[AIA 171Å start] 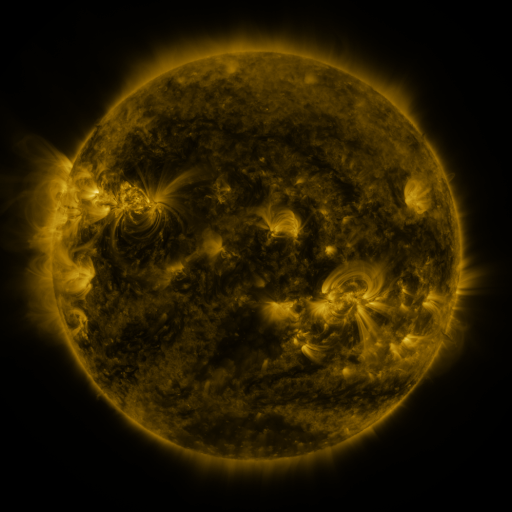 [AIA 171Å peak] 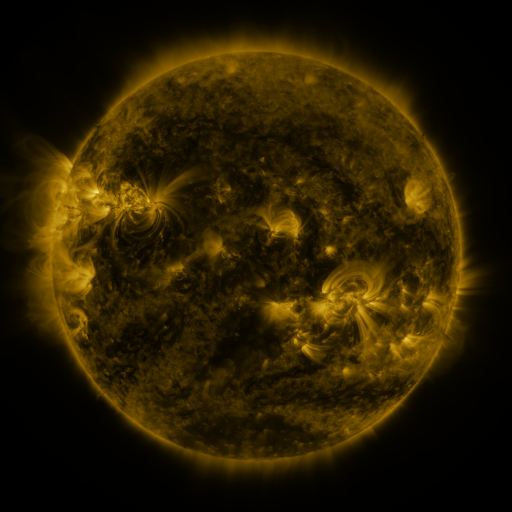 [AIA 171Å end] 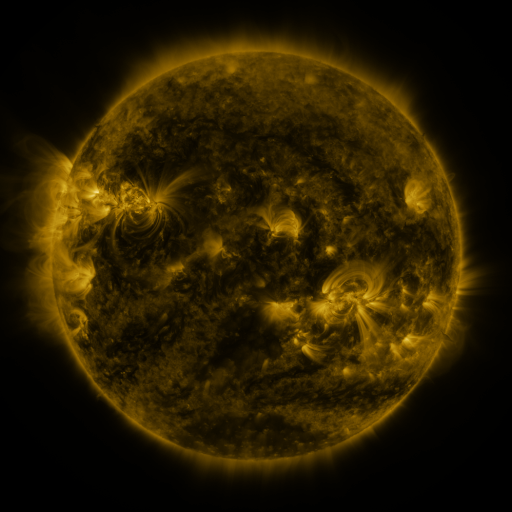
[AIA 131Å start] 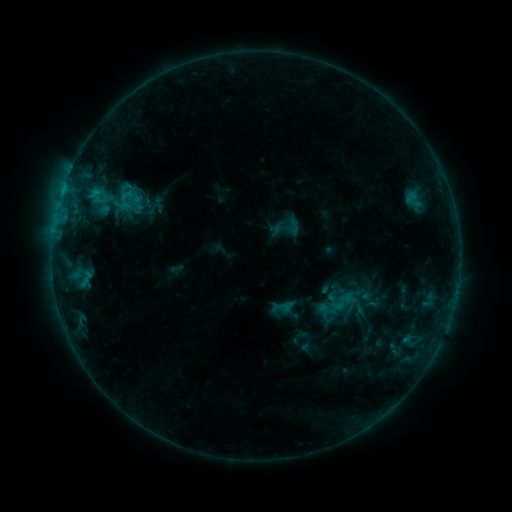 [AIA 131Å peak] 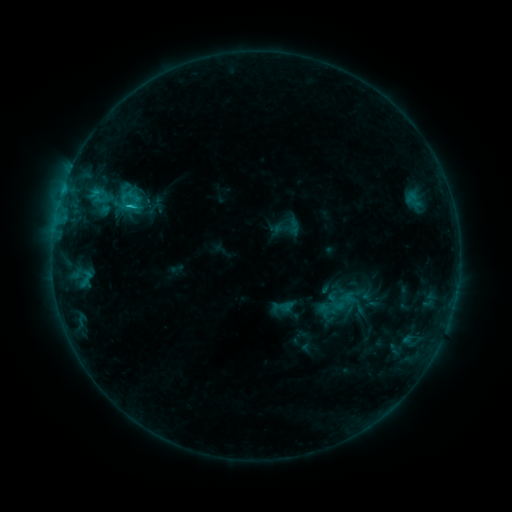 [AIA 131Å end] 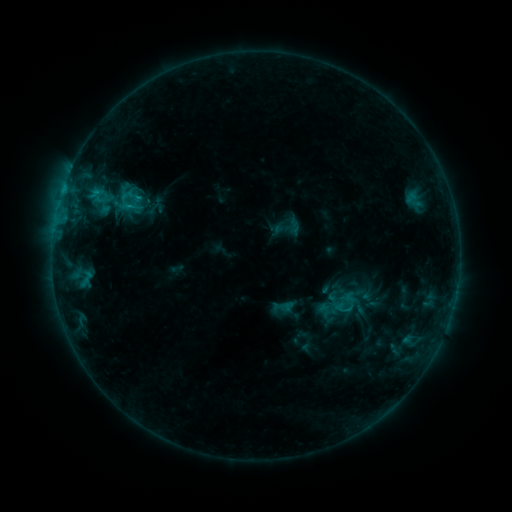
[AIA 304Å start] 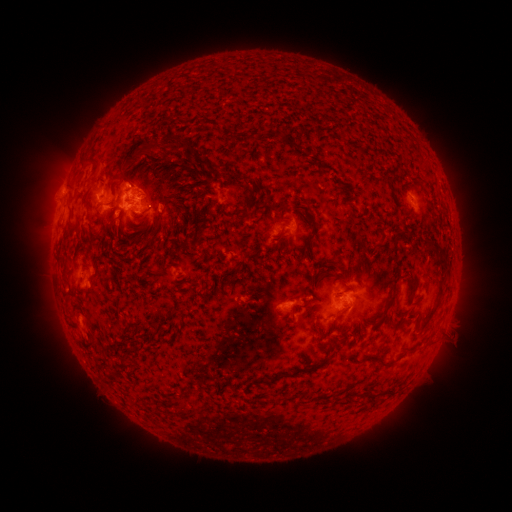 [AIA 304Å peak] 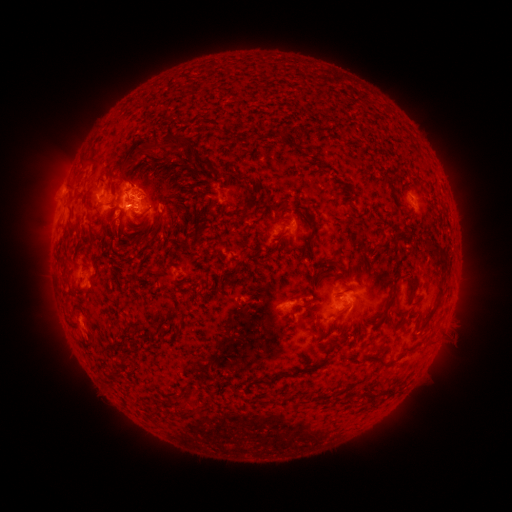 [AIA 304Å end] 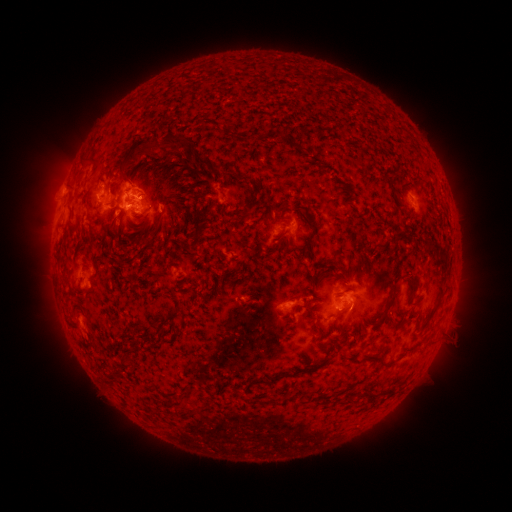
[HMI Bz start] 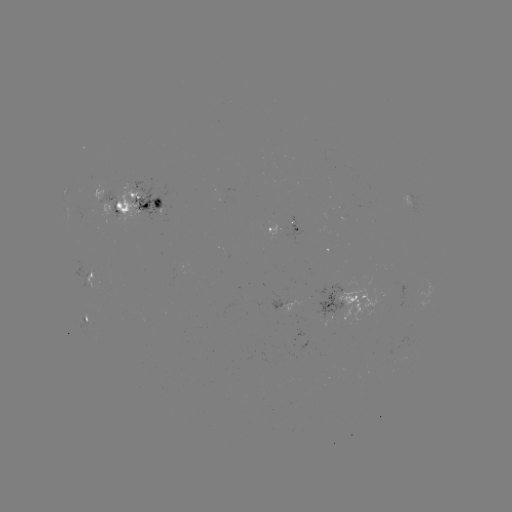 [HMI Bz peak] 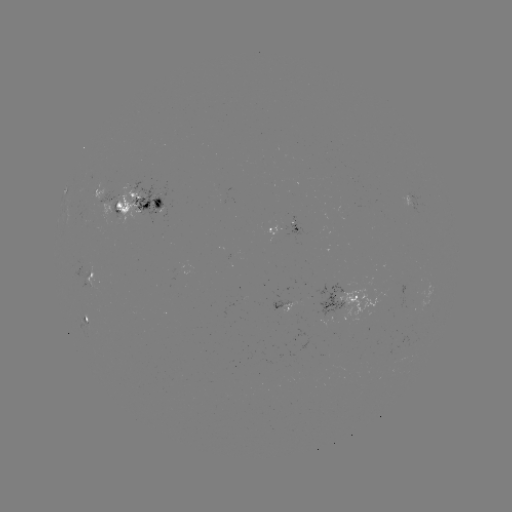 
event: flare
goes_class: C1.0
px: (130, 207)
